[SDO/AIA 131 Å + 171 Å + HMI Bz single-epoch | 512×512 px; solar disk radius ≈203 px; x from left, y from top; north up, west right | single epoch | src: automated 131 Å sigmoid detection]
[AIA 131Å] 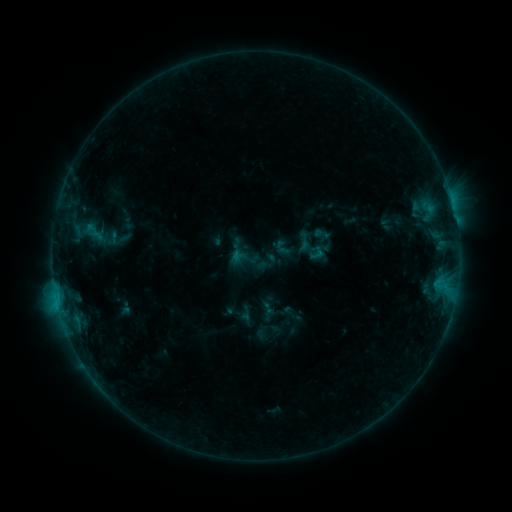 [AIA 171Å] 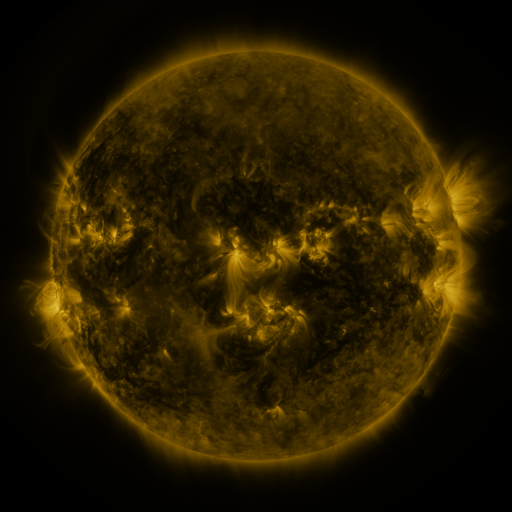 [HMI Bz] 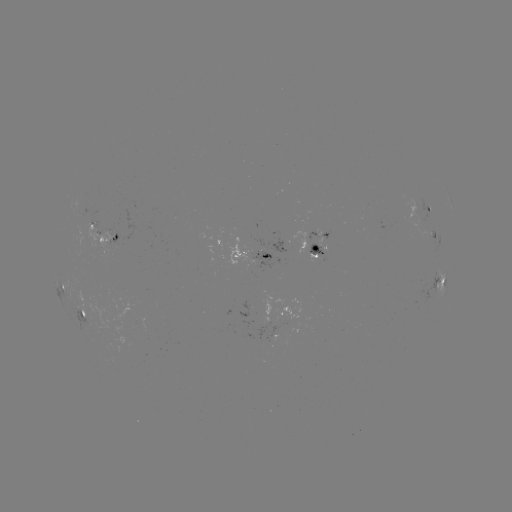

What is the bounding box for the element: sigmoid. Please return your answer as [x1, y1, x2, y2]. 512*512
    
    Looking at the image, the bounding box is [83, 217, 107, 248].